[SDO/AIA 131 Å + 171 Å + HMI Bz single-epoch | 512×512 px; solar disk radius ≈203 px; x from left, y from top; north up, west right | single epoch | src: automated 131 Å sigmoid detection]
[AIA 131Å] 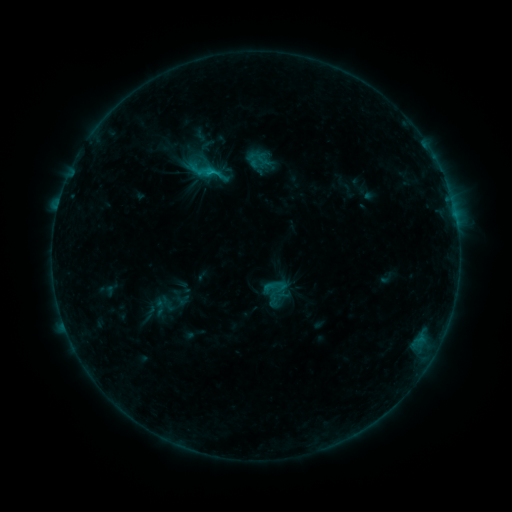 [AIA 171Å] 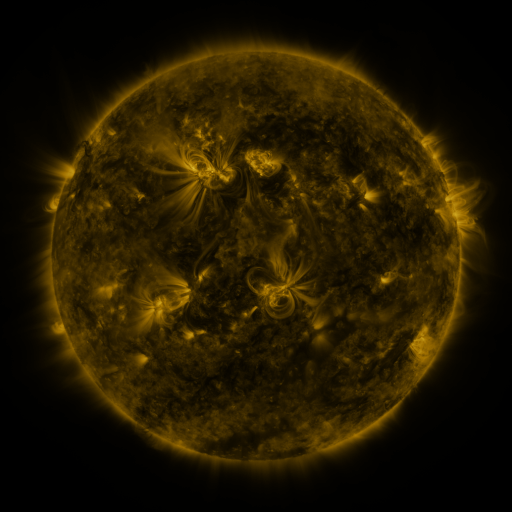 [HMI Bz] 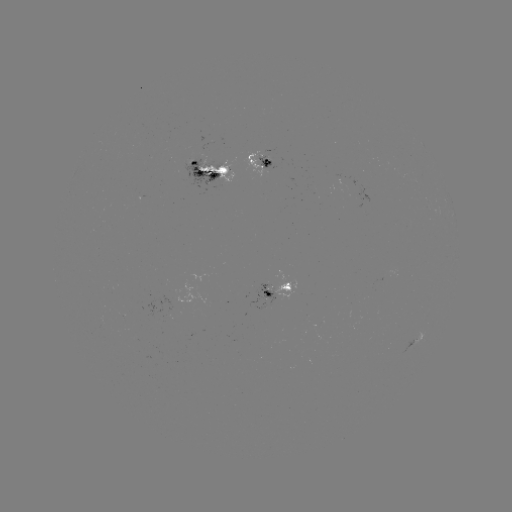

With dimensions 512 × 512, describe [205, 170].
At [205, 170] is sigmoid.